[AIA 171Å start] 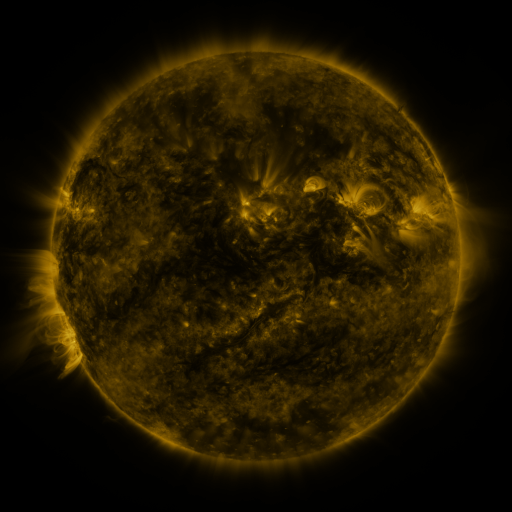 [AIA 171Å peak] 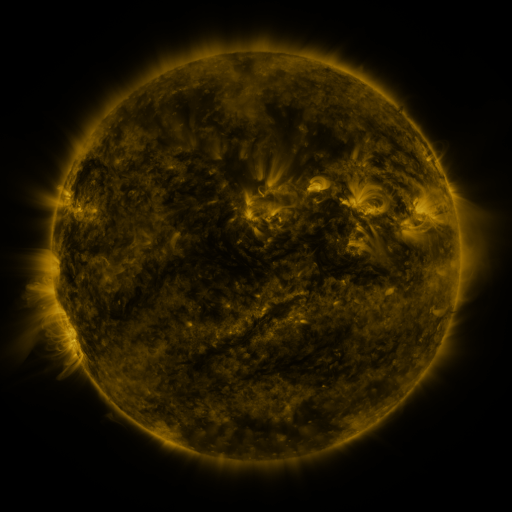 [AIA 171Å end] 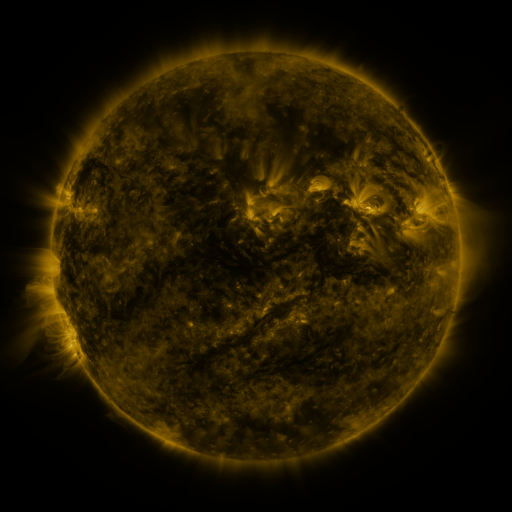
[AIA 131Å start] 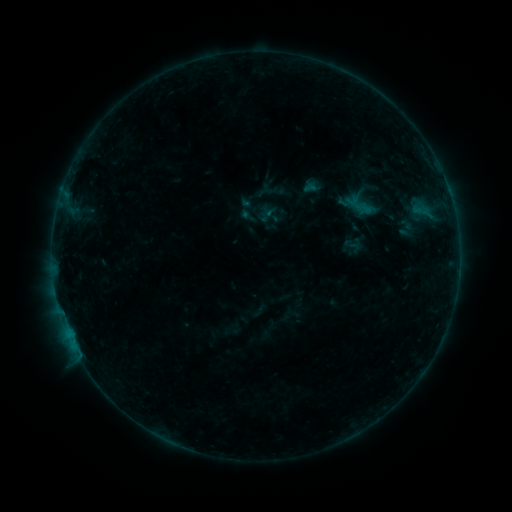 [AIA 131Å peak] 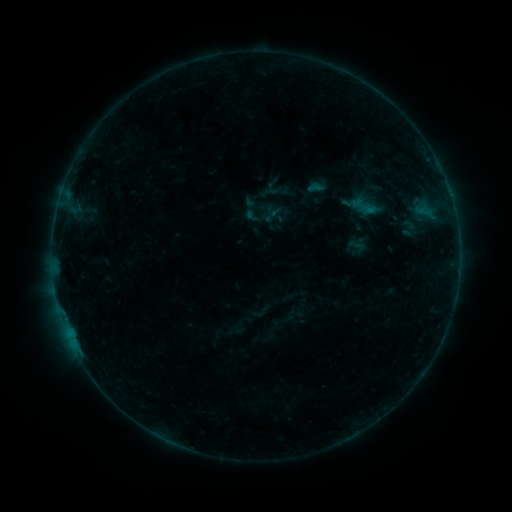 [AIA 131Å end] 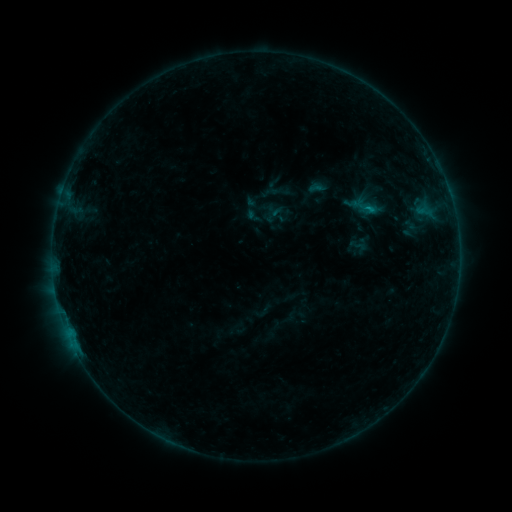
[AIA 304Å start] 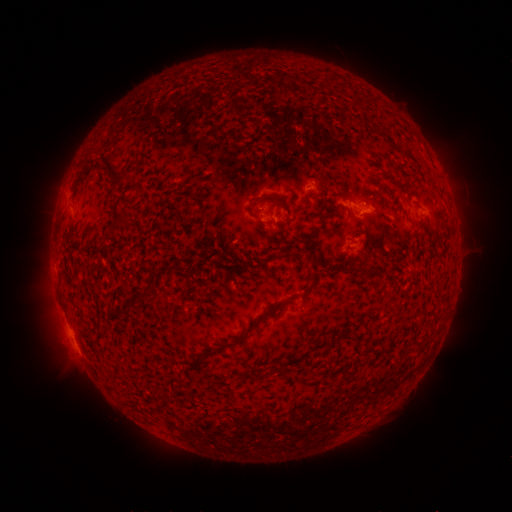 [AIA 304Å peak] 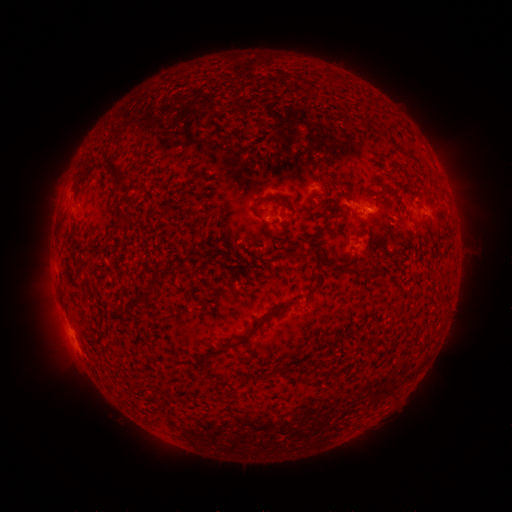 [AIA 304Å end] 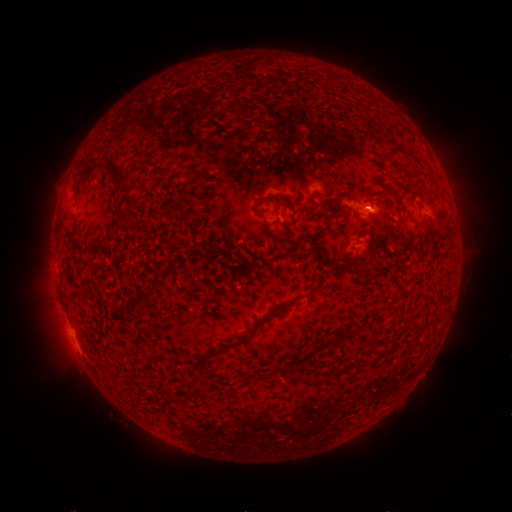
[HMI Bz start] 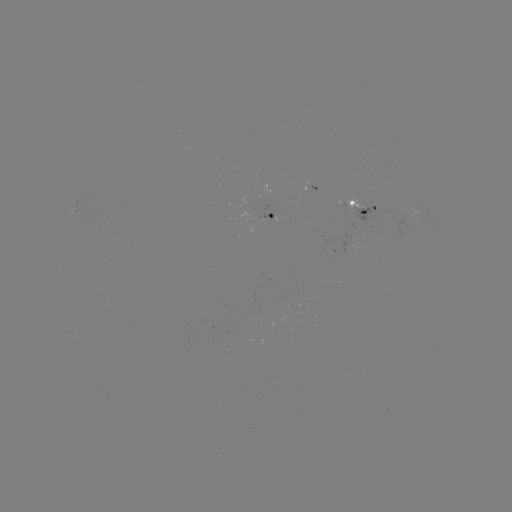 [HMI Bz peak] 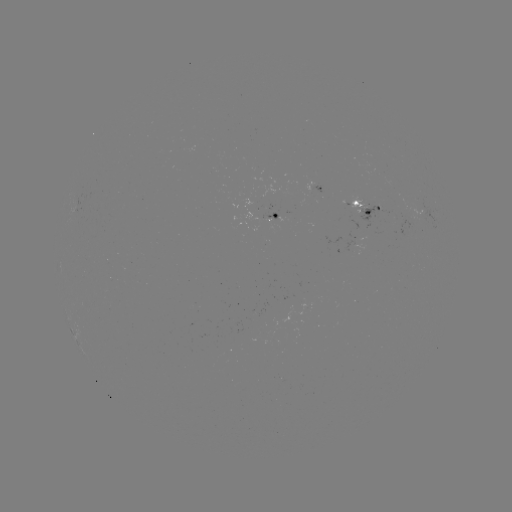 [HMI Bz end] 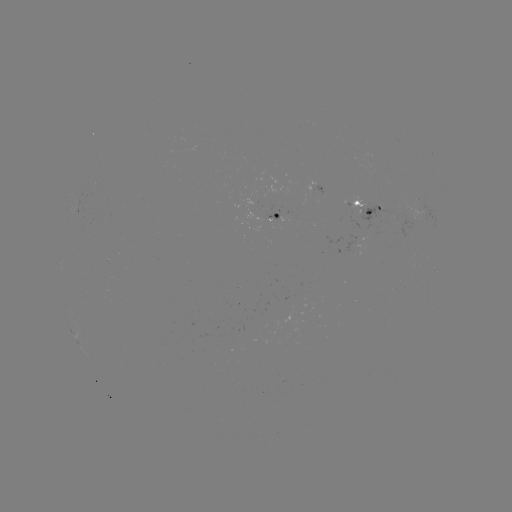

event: emerging-flux region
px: (278, 310)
